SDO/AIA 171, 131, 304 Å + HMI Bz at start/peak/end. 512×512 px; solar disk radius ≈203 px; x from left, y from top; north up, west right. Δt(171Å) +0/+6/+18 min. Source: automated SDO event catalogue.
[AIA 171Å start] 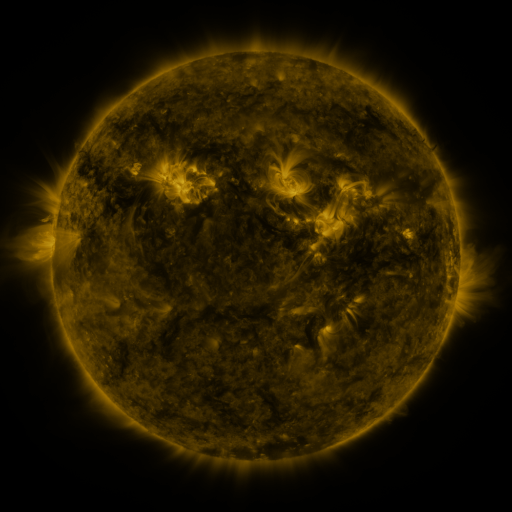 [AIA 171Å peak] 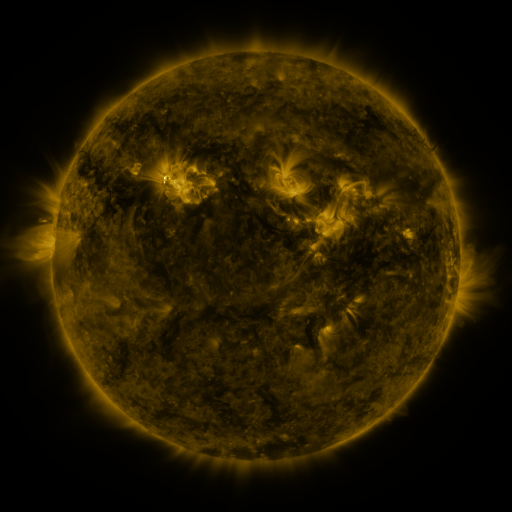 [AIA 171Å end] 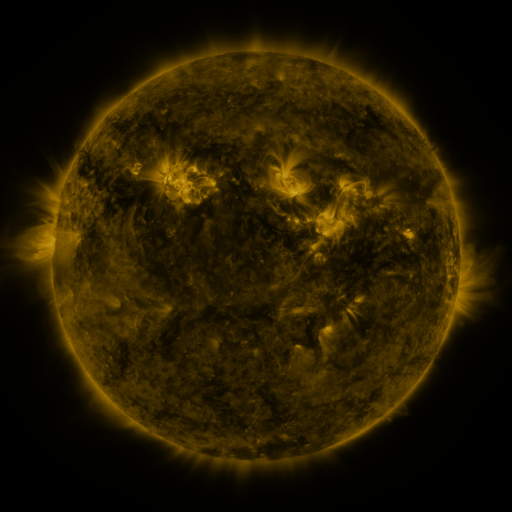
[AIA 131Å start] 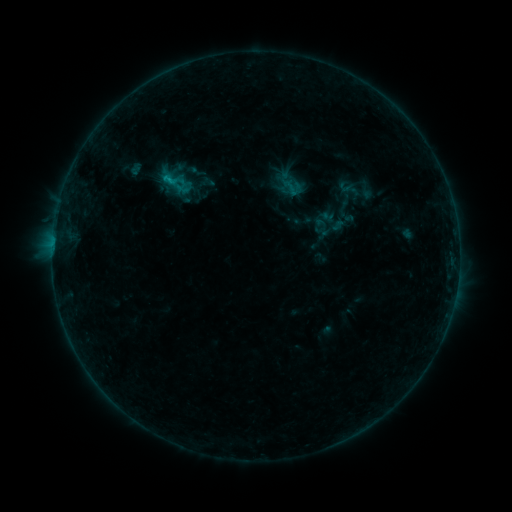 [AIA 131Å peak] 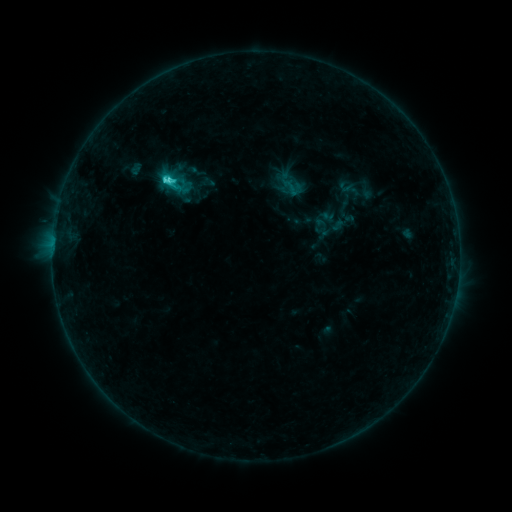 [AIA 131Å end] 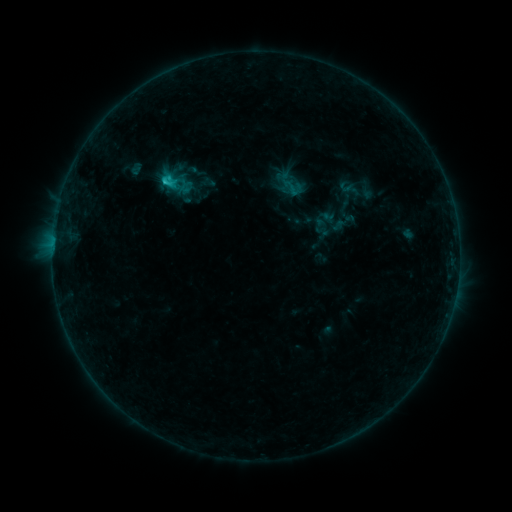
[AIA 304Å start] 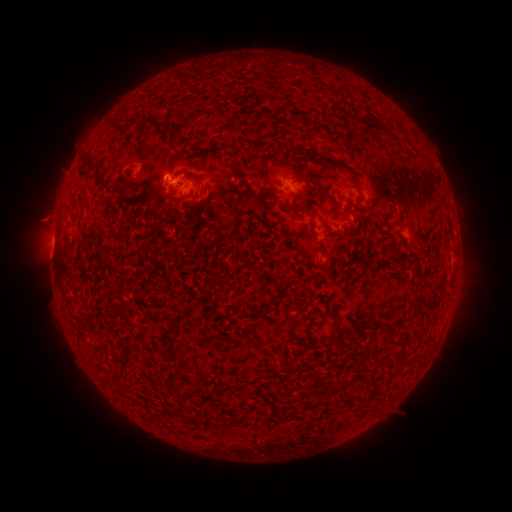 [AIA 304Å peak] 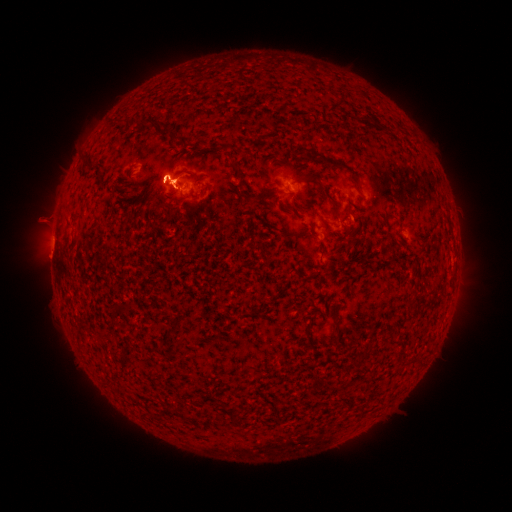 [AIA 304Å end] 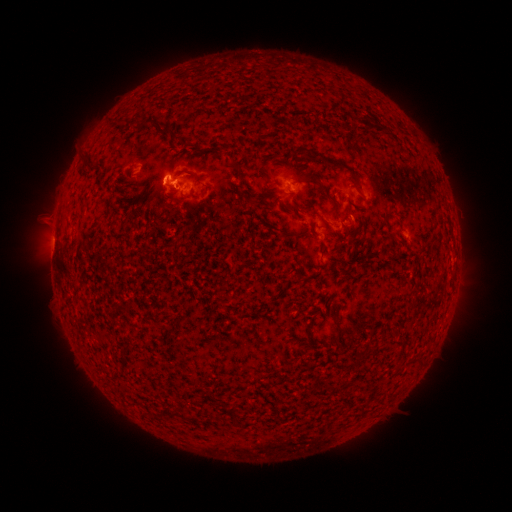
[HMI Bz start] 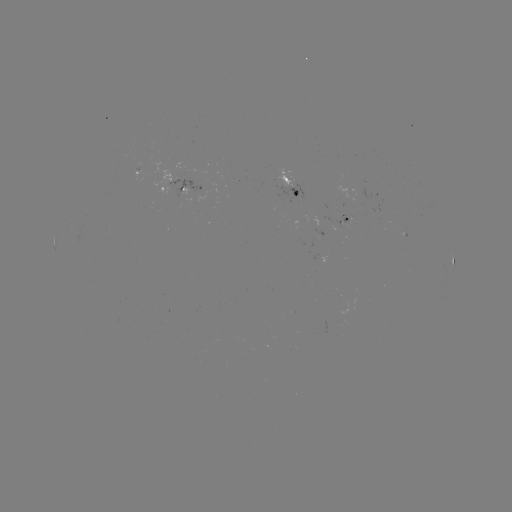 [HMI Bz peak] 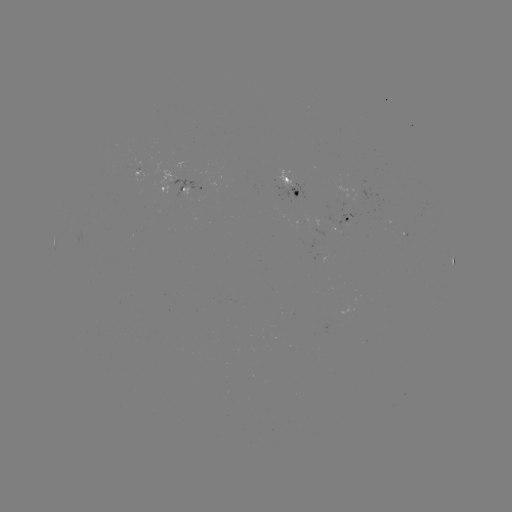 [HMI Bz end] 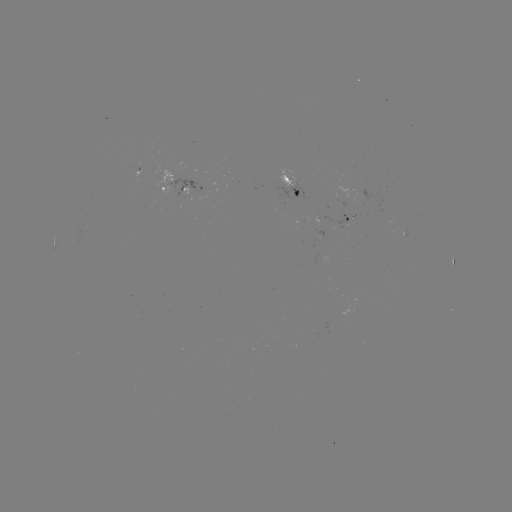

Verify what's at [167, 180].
C2.5 flare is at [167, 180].